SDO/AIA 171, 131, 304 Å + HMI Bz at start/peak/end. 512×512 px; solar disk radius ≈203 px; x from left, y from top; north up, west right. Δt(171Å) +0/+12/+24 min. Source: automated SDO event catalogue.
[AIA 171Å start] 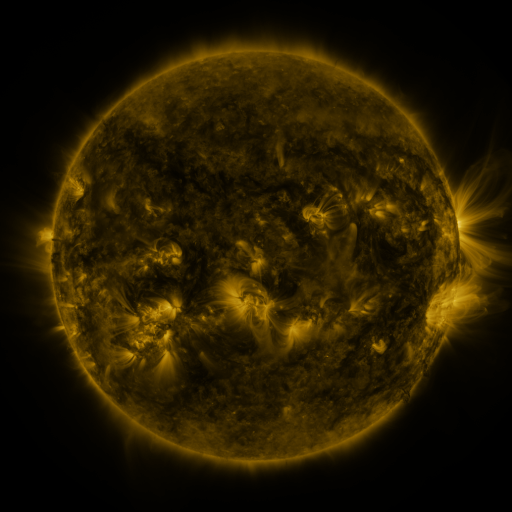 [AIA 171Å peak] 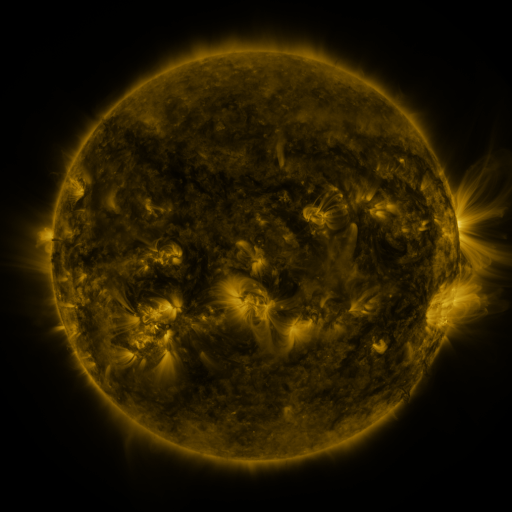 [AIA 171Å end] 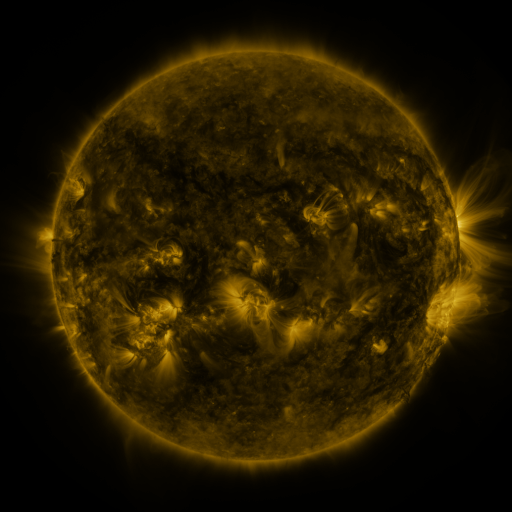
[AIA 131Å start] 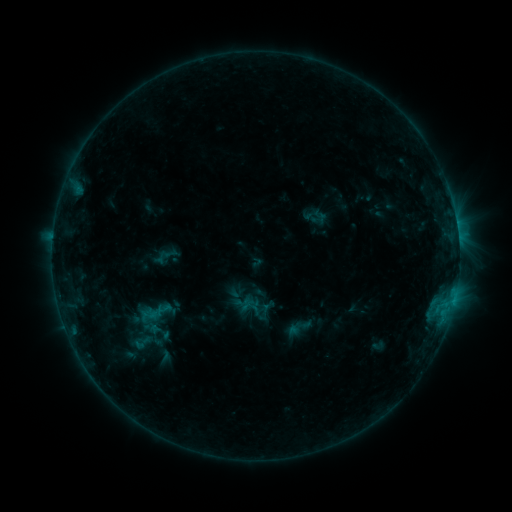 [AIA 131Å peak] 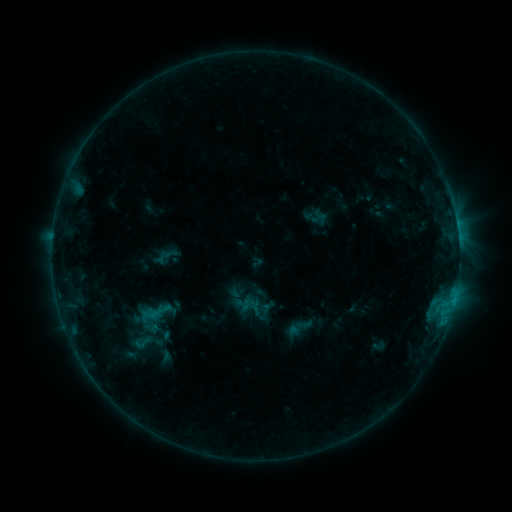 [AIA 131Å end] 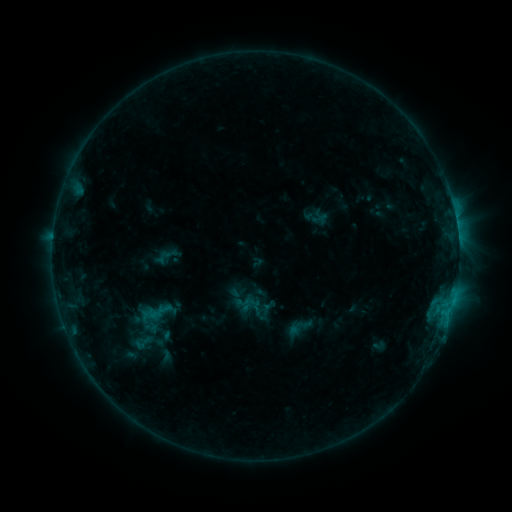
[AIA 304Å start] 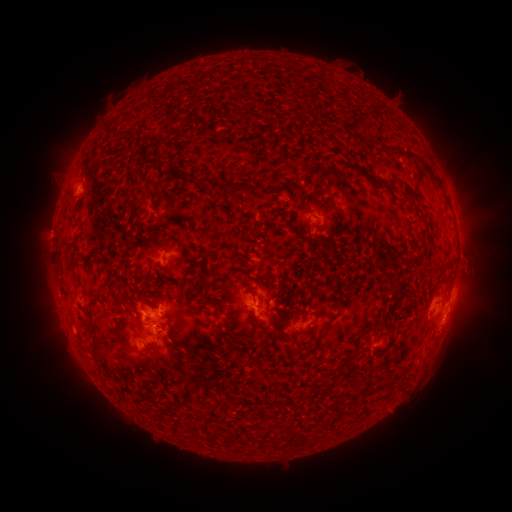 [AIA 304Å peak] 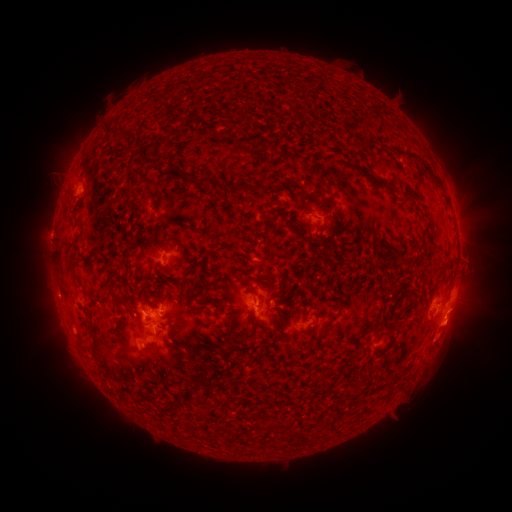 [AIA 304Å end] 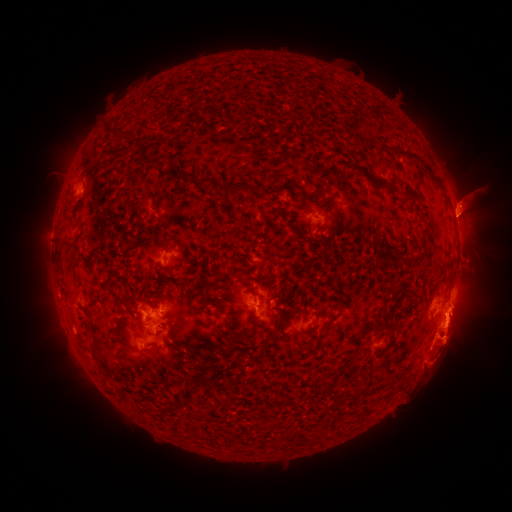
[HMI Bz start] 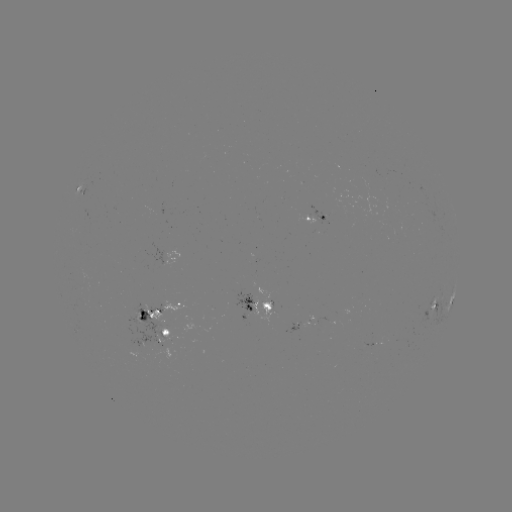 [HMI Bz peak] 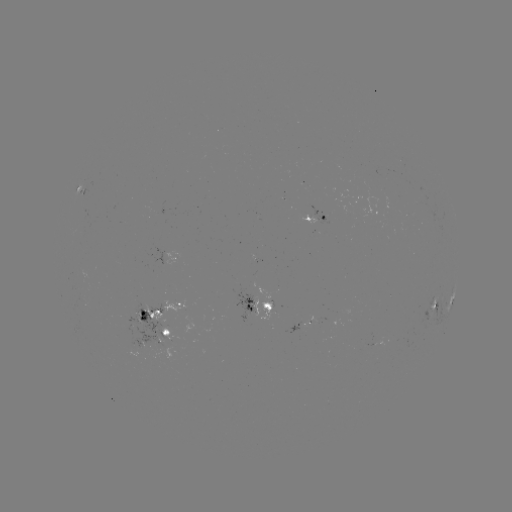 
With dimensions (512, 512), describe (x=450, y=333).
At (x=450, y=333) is eruption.